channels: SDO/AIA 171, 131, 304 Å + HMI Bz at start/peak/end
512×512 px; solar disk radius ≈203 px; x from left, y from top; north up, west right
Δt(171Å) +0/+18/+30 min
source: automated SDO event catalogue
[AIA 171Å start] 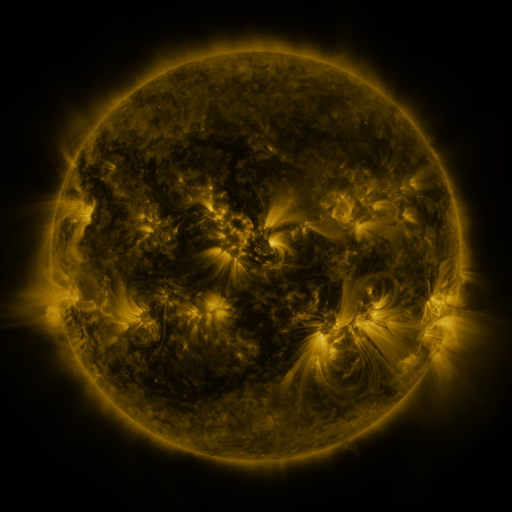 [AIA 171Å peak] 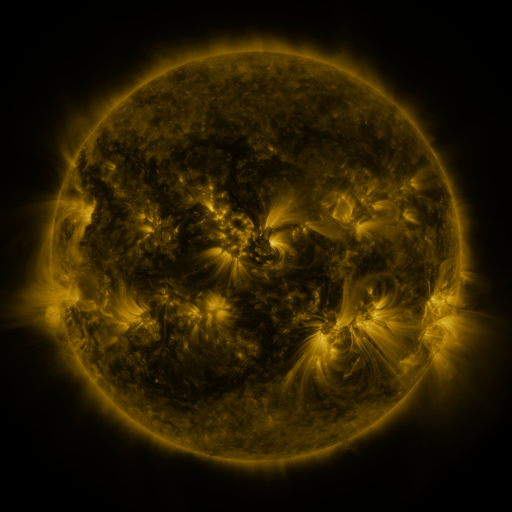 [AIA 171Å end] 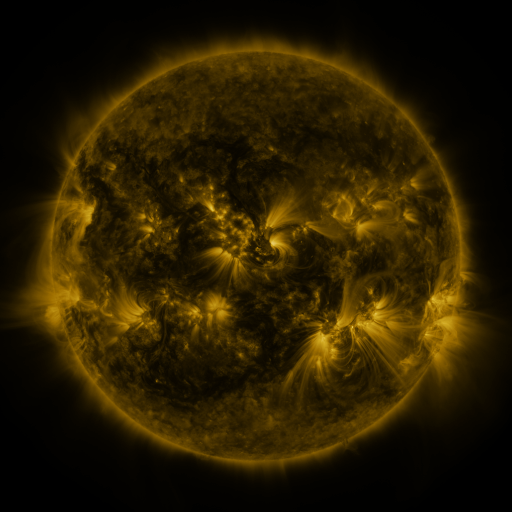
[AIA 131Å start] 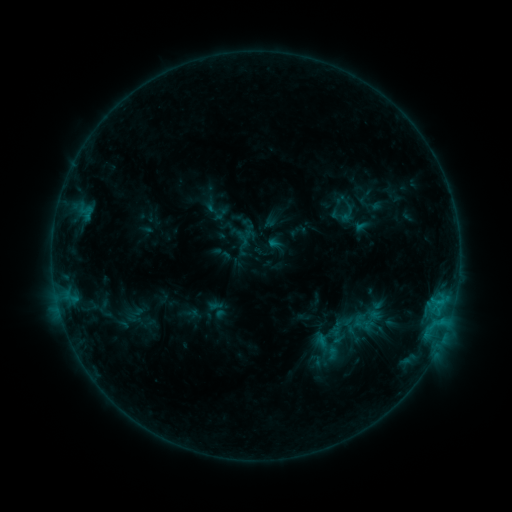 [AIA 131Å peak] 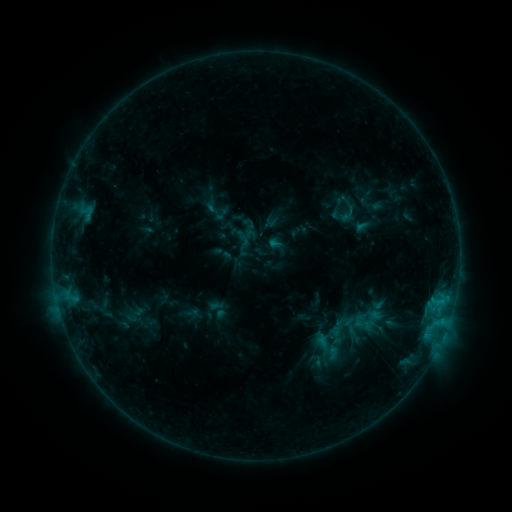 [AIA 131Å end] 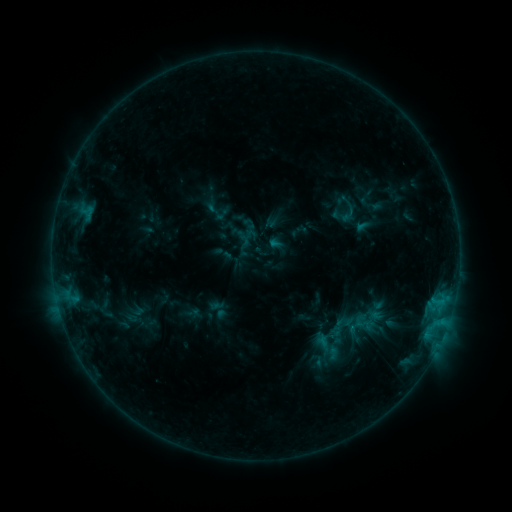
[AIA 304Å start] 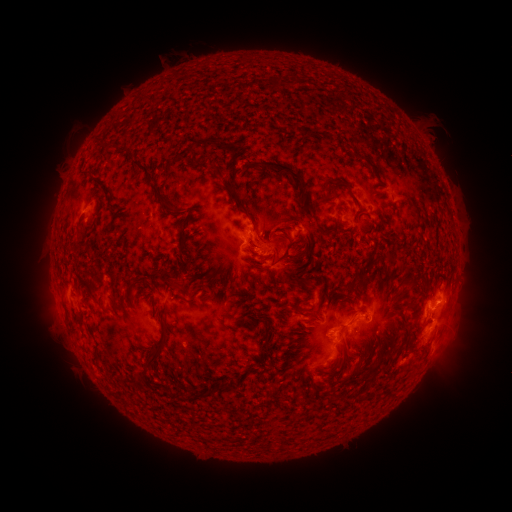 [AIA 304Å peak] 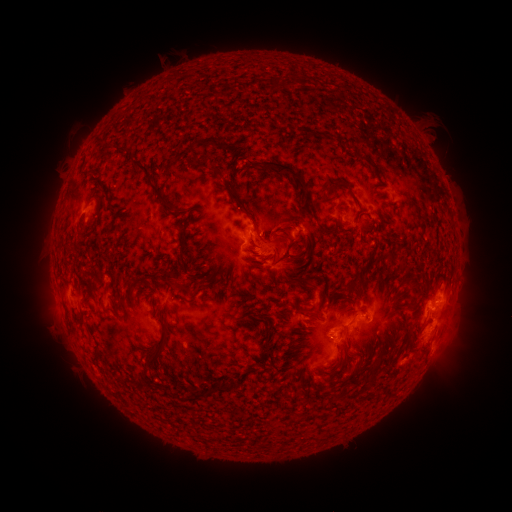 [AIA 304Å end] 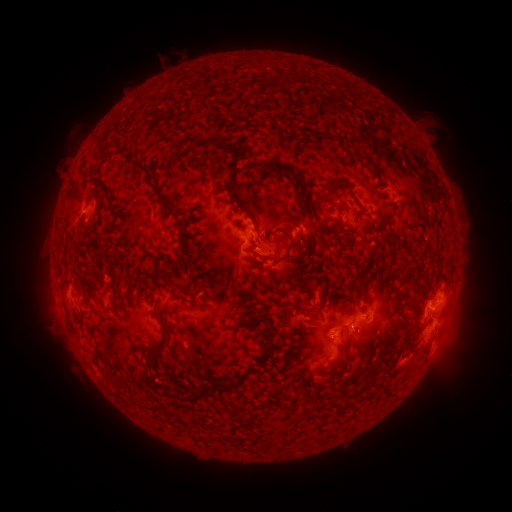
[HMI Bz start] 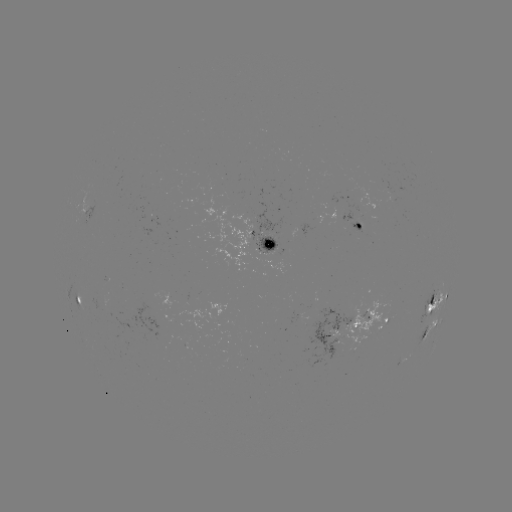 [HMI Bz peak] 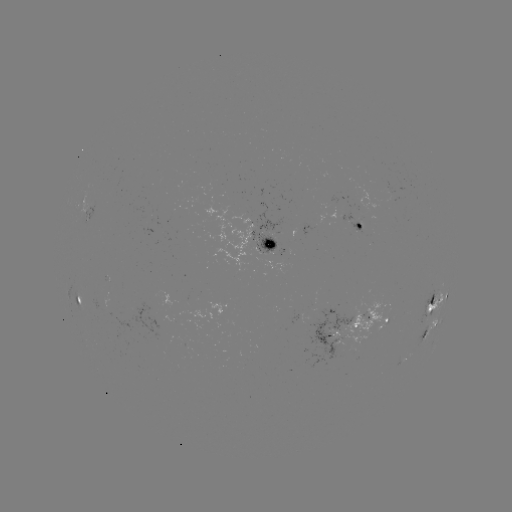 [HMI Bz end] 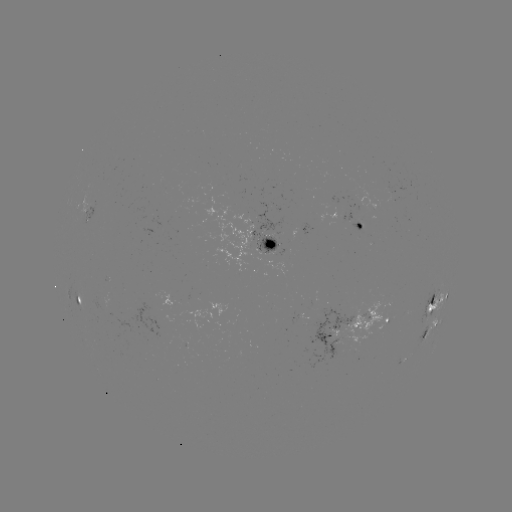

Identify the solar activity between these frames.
no catalogued flare and no flagged EUV brightening in this window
